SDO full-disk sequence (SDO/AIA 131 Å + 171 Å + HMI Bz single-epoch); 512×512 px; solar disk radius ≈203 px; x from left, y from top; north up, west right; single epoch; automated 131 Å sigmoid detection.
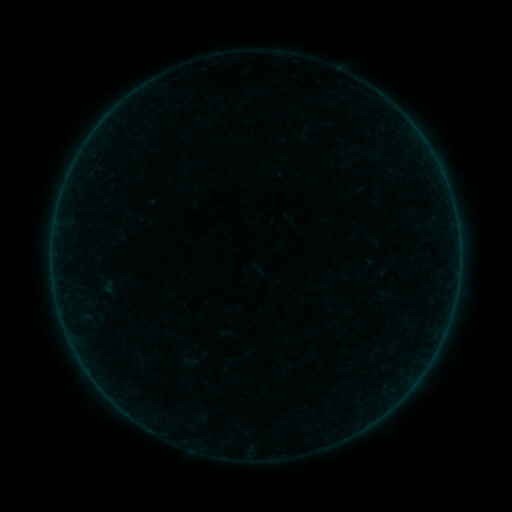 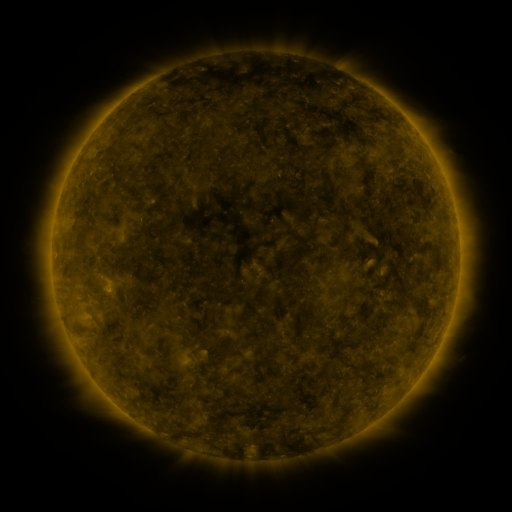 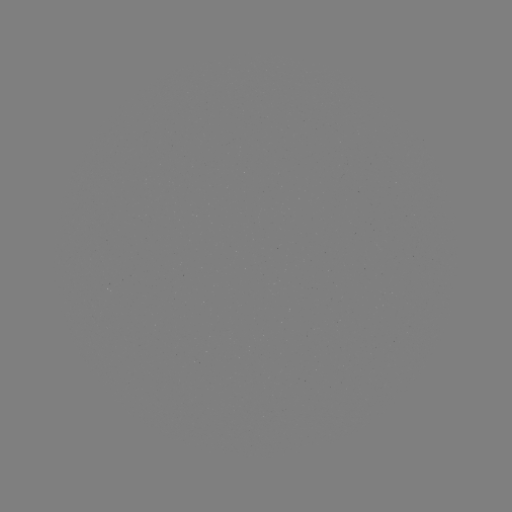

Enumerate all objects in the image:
sigmoid: (190, 361)
